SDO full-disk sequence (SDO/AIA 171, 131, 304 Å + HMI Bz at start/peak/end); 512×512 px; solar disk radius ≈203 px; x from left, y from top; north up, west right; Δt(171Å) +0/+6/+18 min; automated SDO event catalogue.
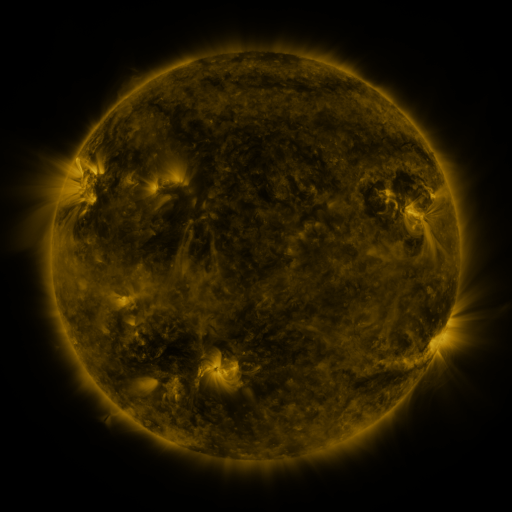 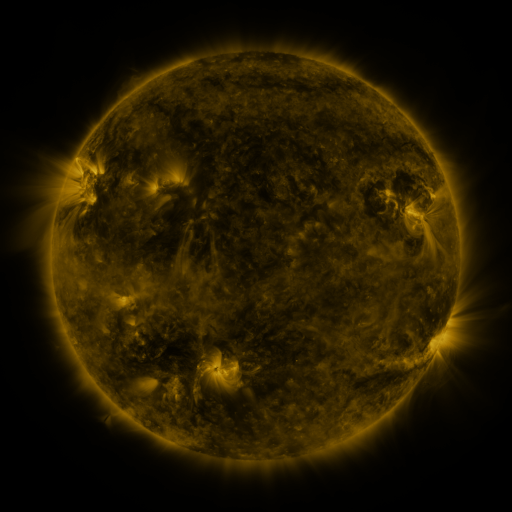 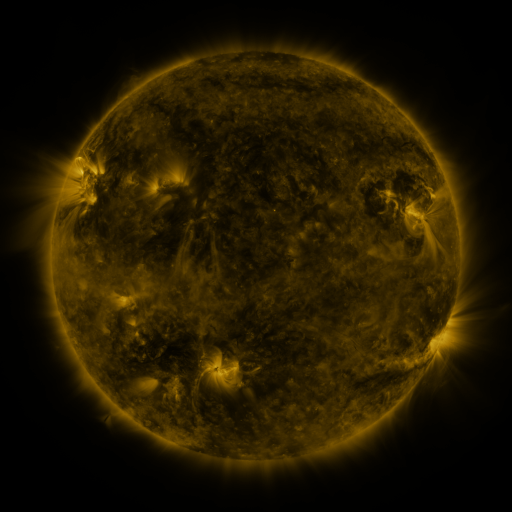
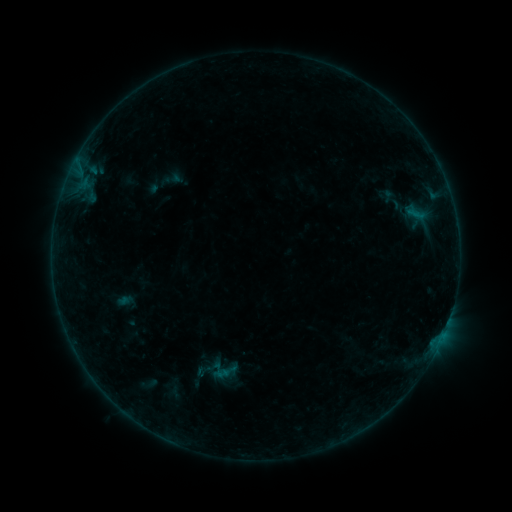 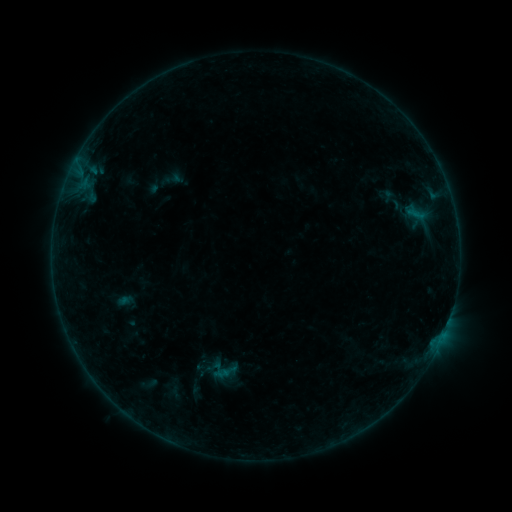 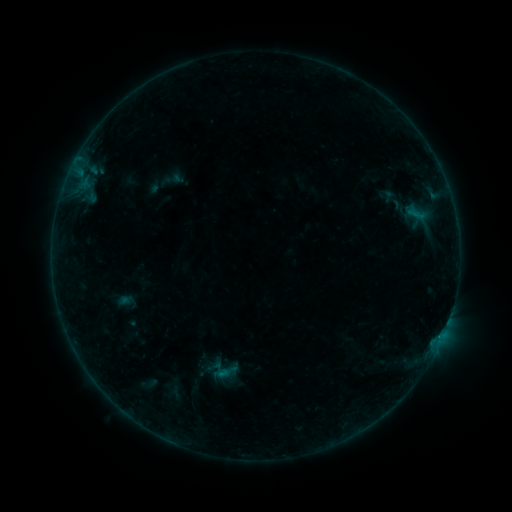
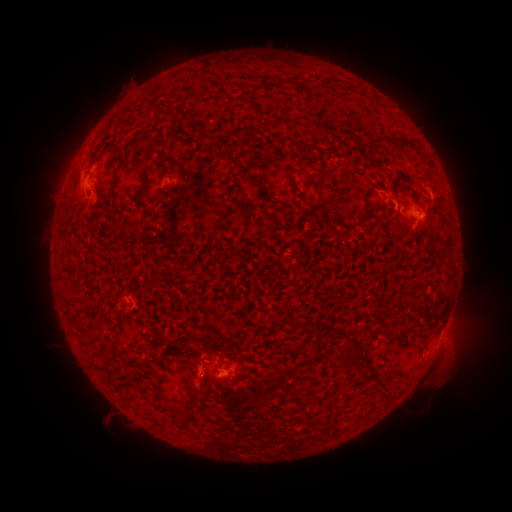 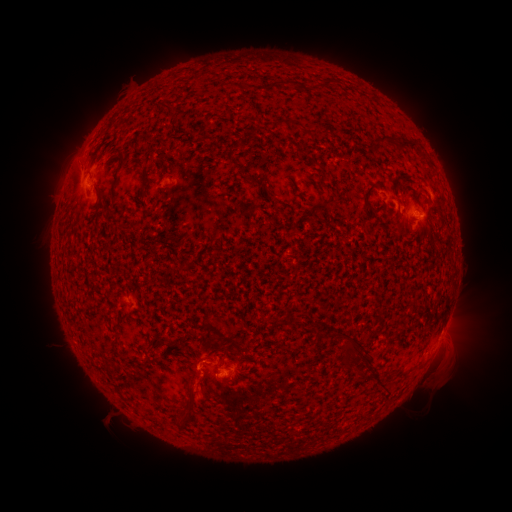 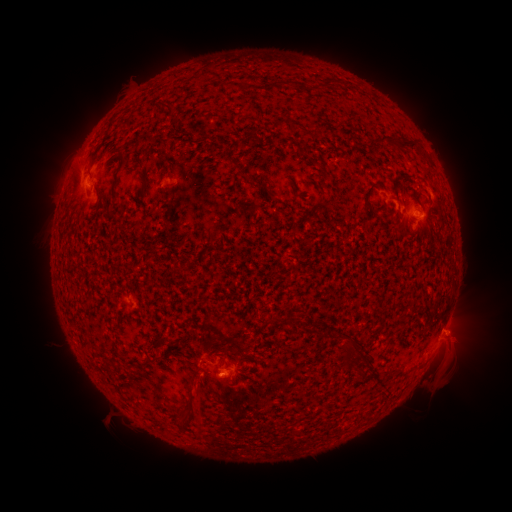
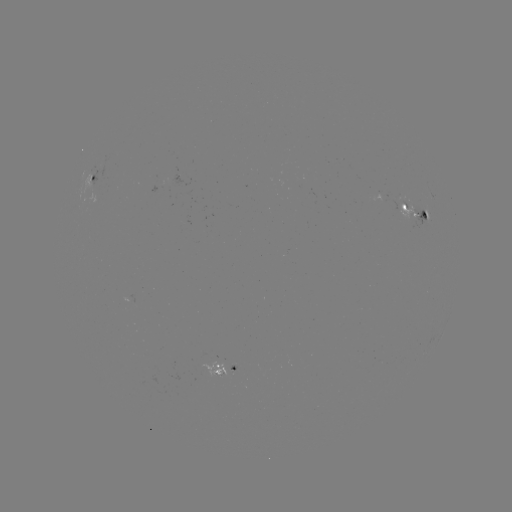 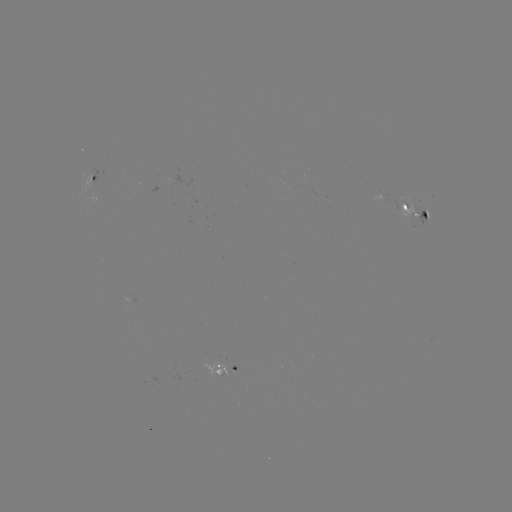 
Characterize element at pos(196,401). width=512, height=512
eruption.